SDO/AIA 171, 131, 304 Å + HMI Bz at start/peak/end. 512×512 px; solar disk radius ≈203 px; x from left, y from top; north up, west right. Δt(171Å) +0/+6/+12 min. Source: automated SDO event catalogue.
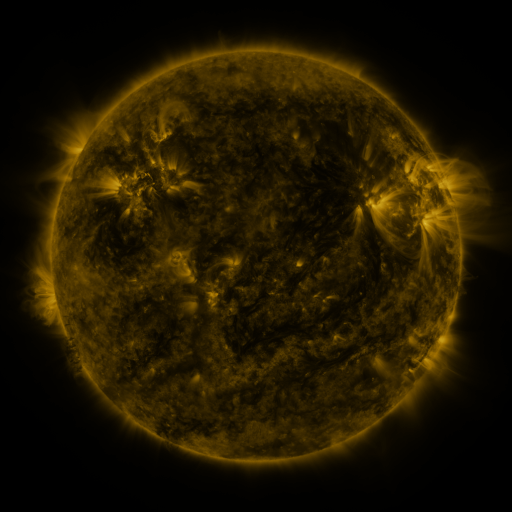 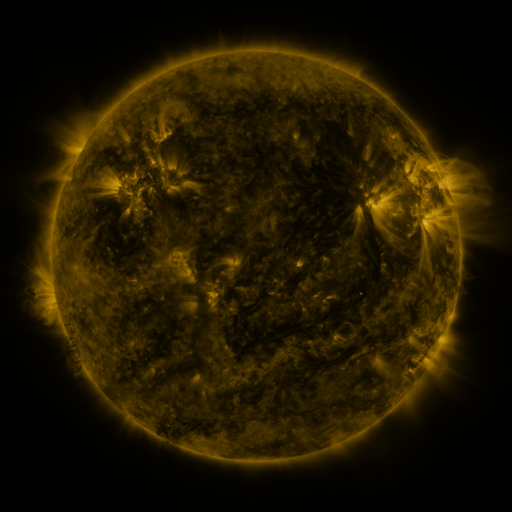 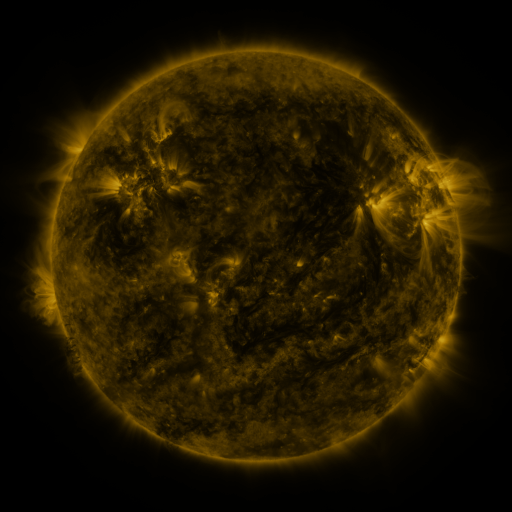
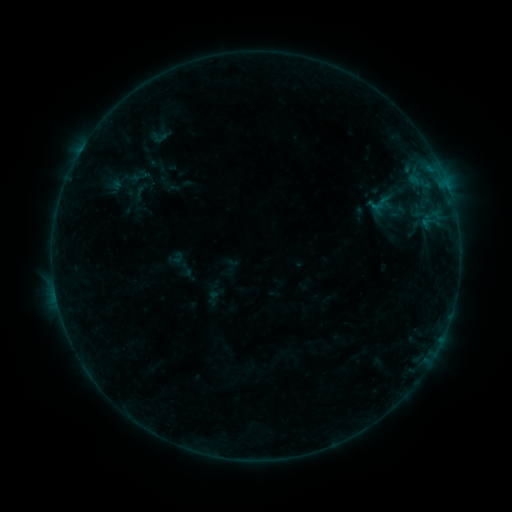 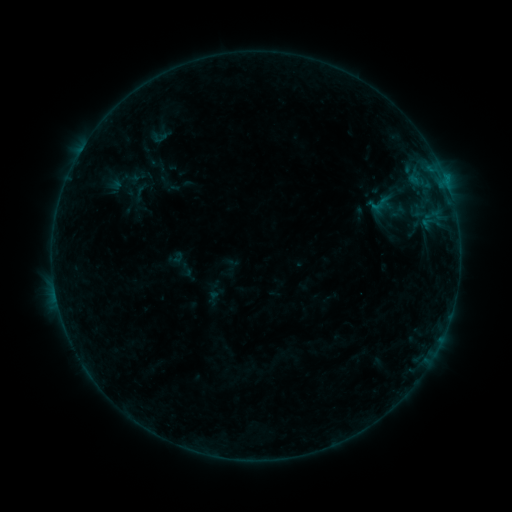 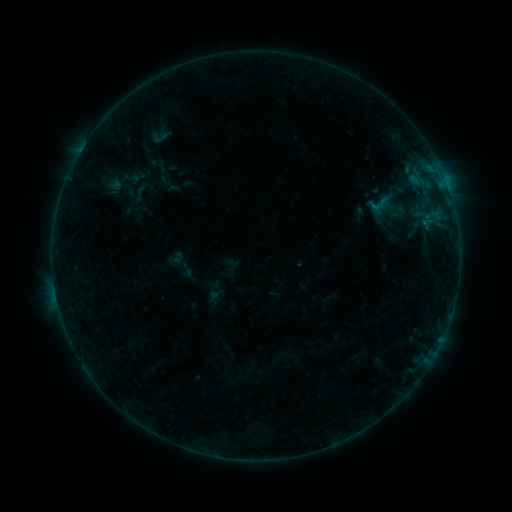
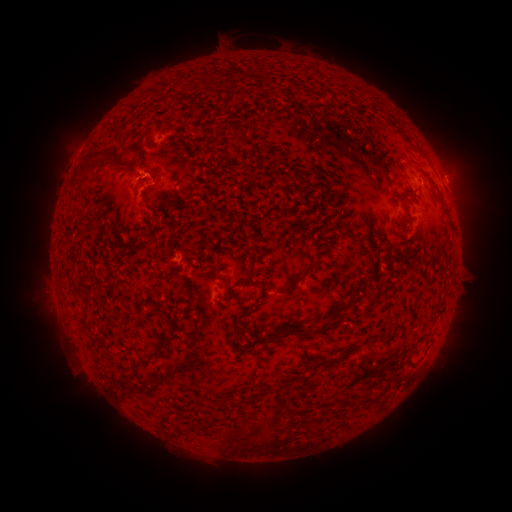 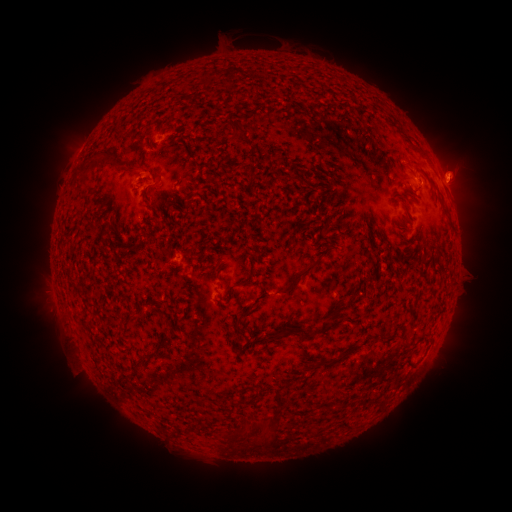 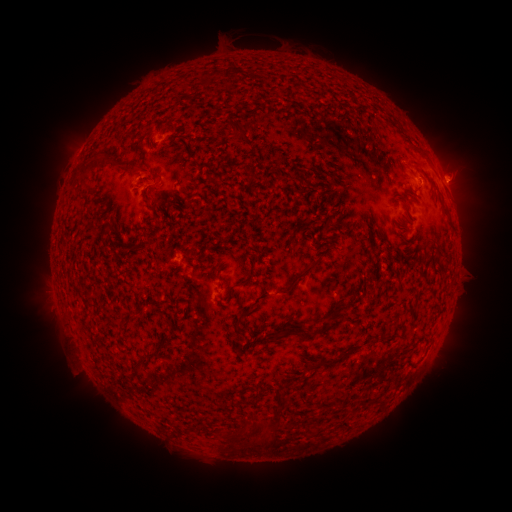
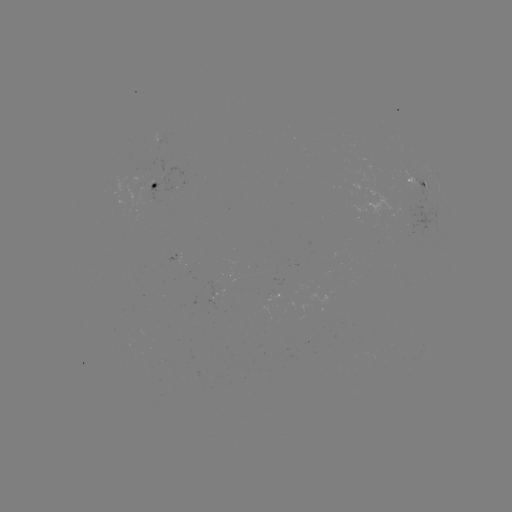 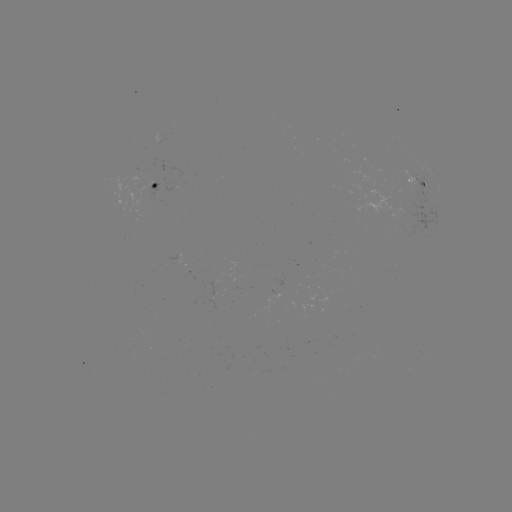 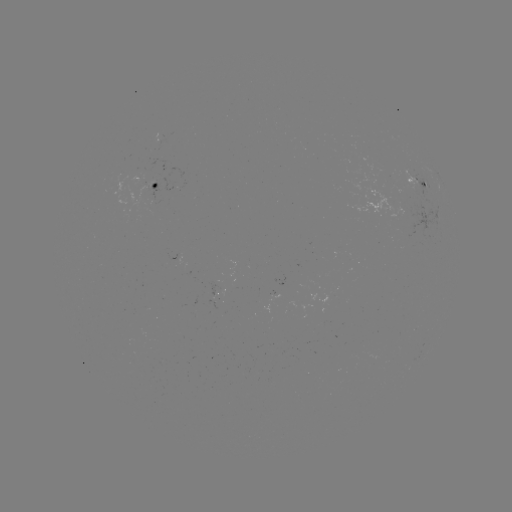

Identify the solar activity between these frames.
eruption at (460, 173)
